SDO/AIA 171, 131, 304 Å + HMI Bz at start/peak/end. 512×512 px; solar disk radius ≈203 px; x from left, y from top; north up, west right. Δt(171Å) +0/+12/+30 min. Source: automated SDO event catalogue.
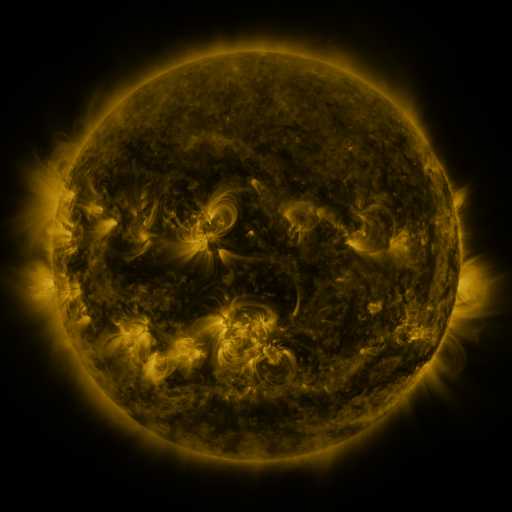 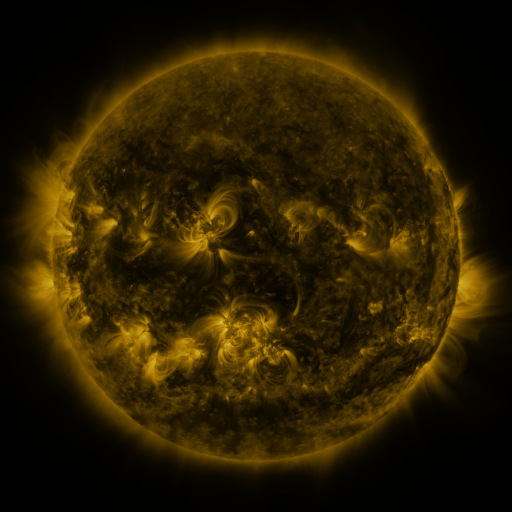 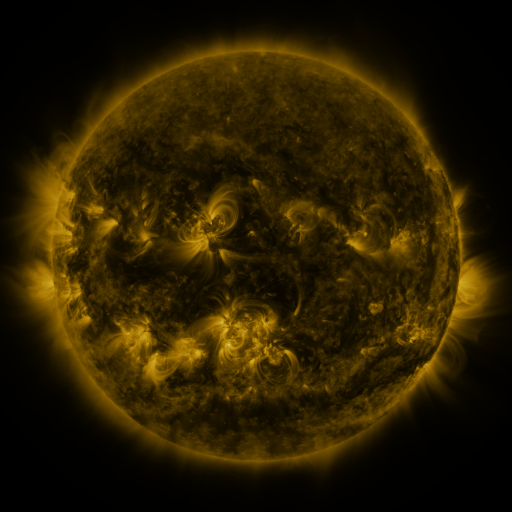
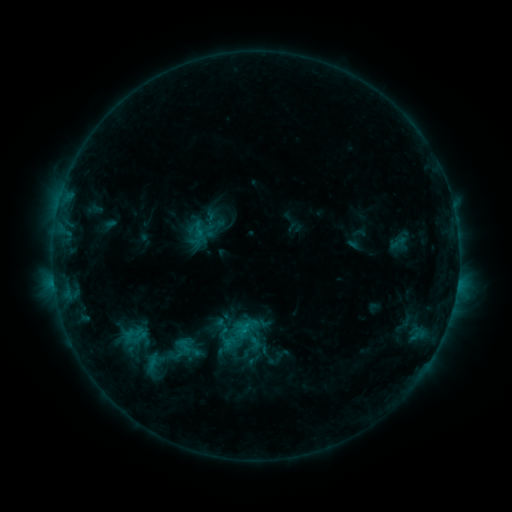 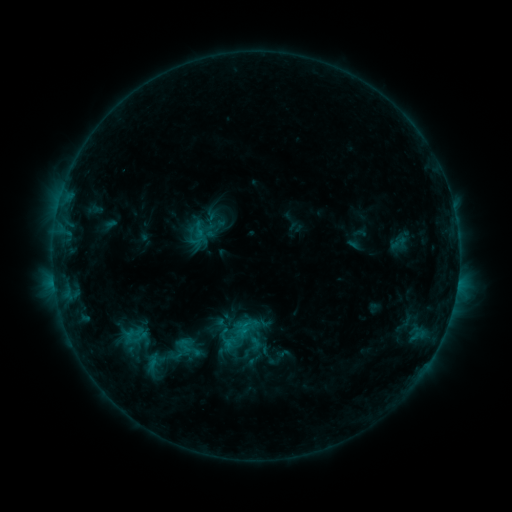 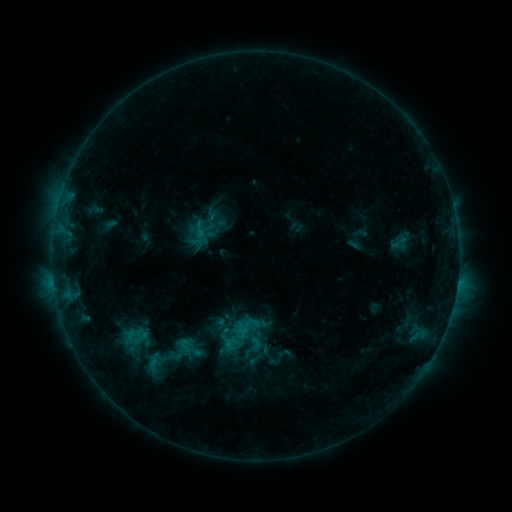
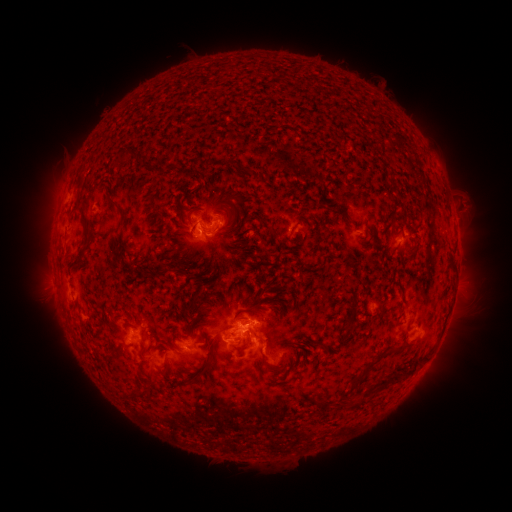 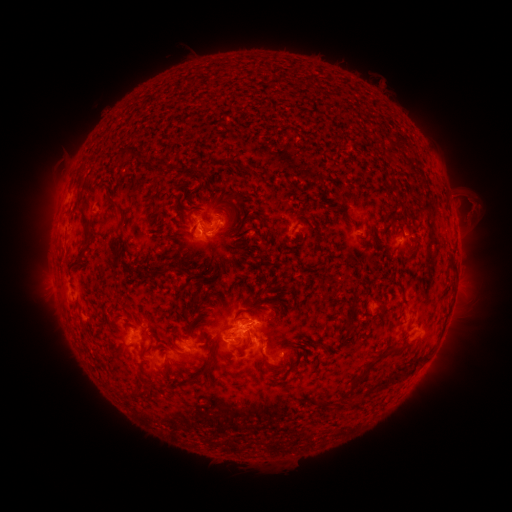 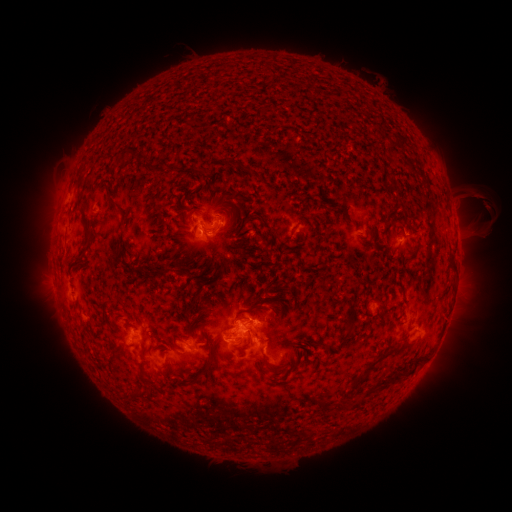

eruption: [450, 185, 504, 242]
